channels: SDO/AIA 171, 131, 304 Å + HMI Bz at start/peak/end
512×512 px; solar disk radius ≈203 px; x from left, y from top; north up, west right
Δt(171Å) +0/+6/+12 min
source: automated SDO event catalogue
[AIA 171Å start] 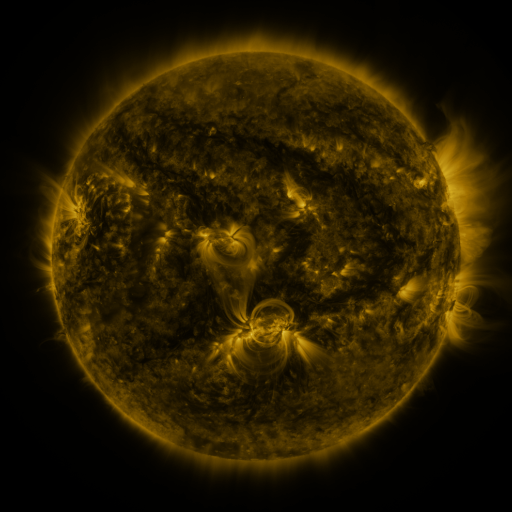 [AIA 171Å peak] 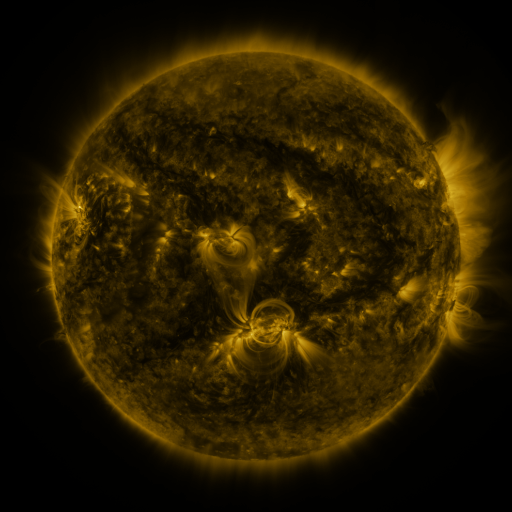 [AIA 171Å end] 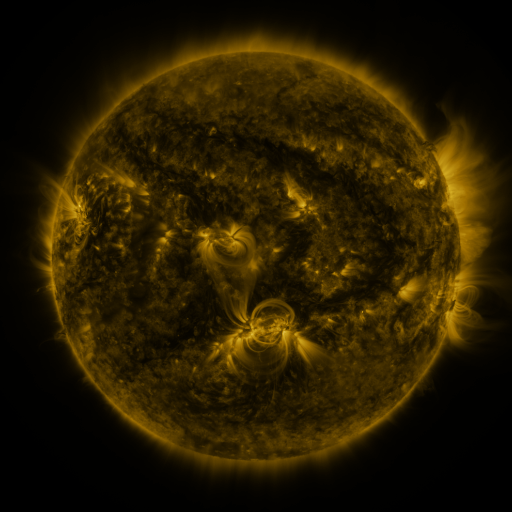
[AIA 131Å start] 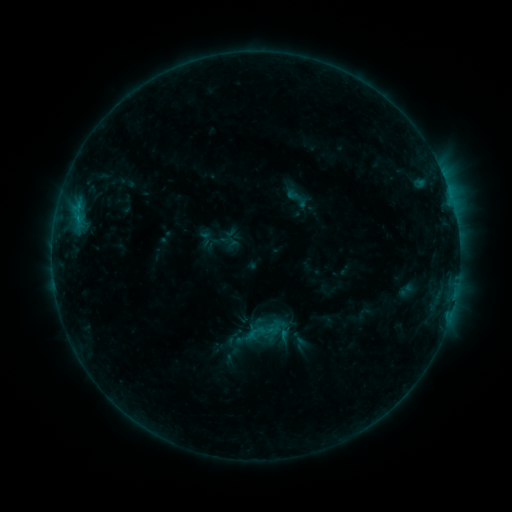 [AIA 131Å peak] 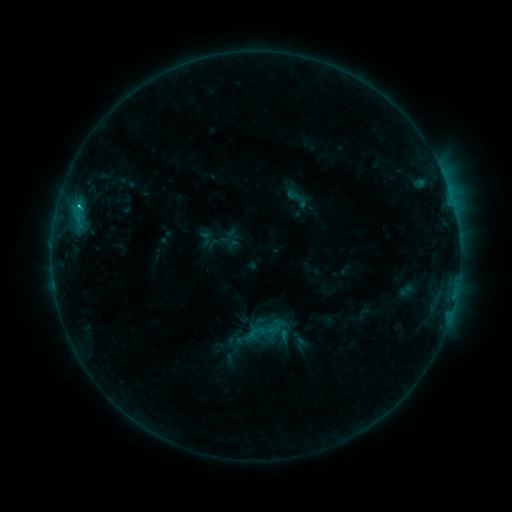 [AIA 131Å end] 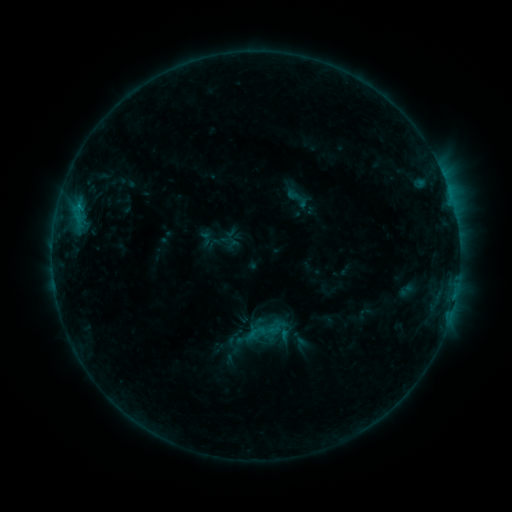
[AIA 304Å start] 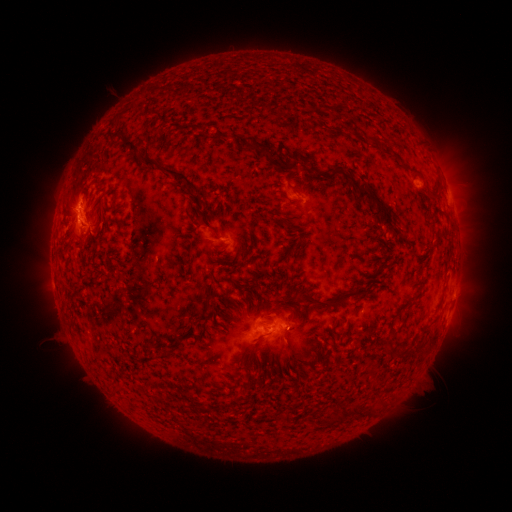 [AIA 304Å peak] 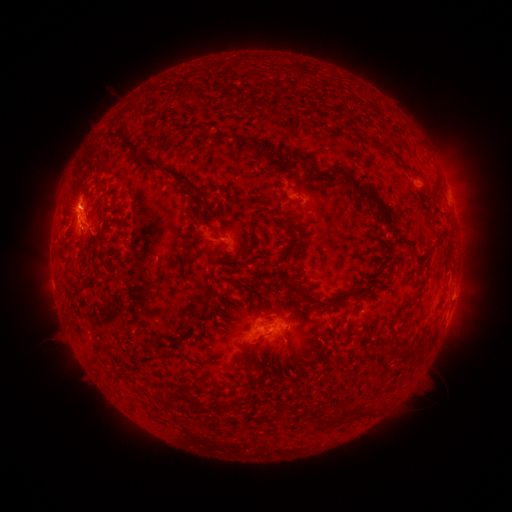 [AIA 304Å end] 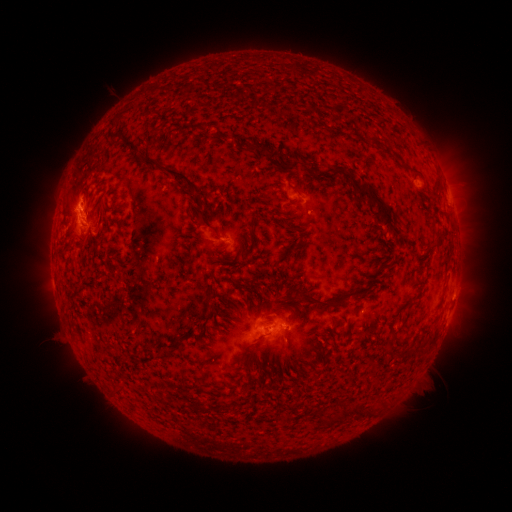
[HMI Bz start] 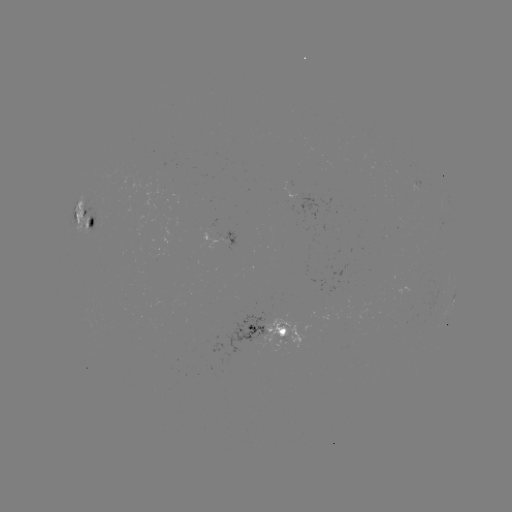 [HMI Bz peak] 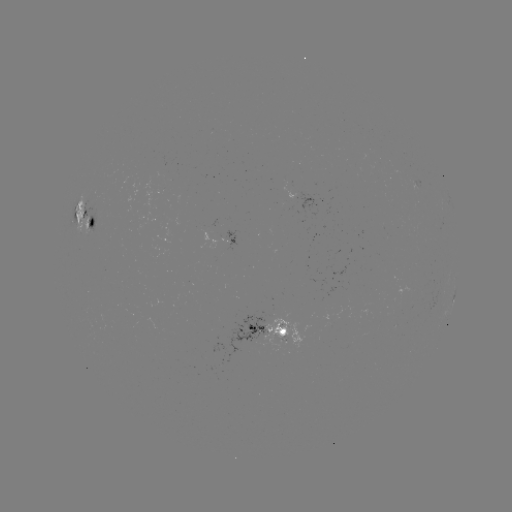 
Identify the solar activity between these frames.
C1.0 flare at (79, 208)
